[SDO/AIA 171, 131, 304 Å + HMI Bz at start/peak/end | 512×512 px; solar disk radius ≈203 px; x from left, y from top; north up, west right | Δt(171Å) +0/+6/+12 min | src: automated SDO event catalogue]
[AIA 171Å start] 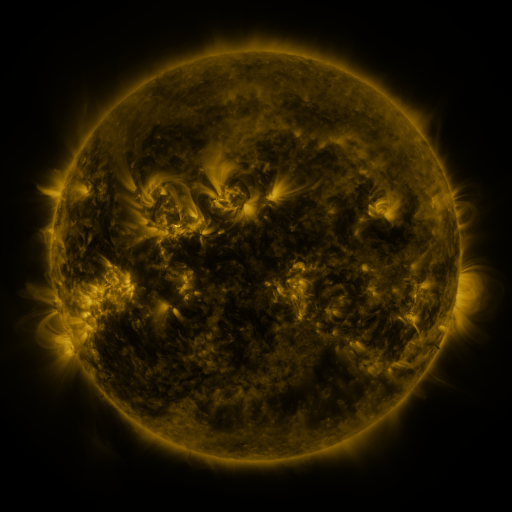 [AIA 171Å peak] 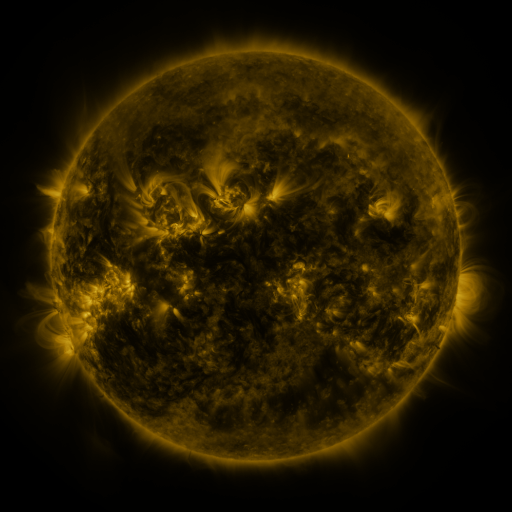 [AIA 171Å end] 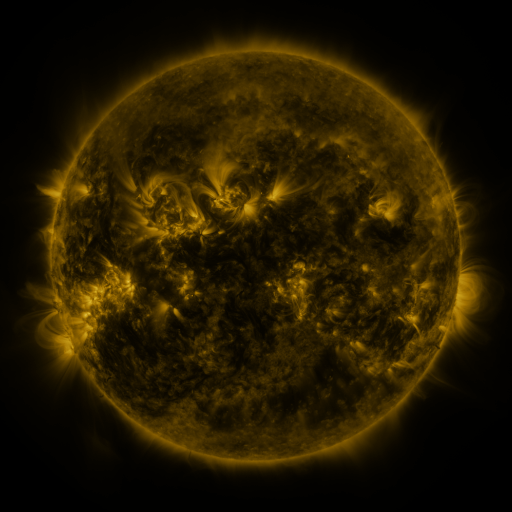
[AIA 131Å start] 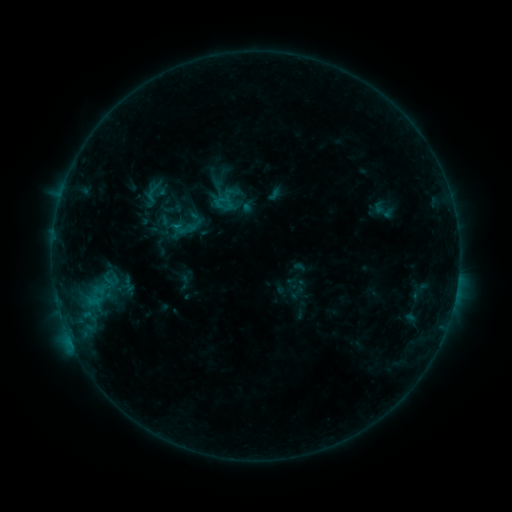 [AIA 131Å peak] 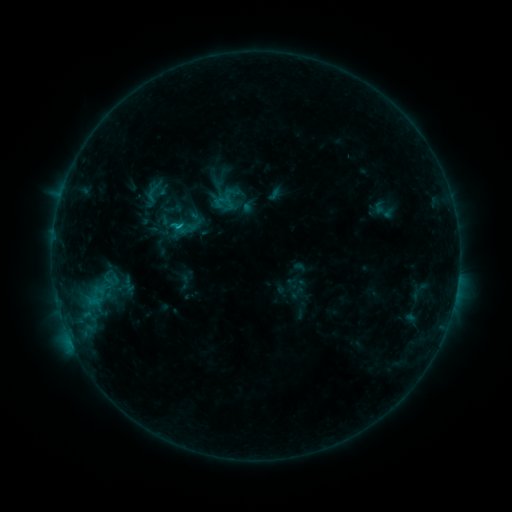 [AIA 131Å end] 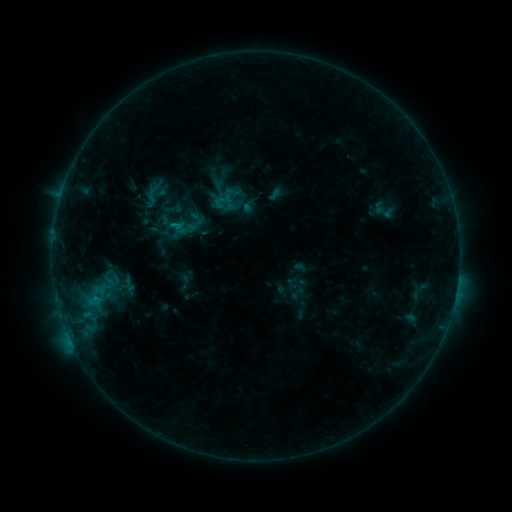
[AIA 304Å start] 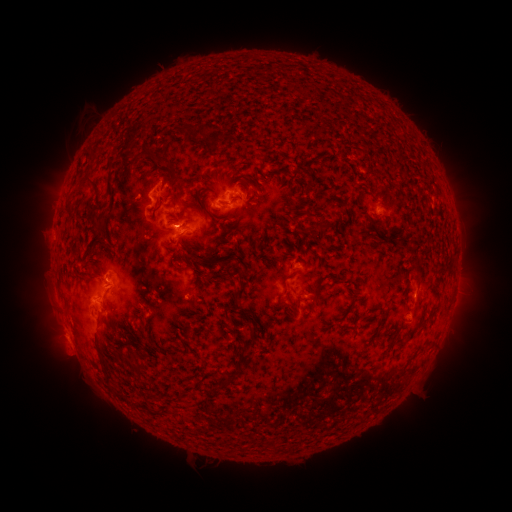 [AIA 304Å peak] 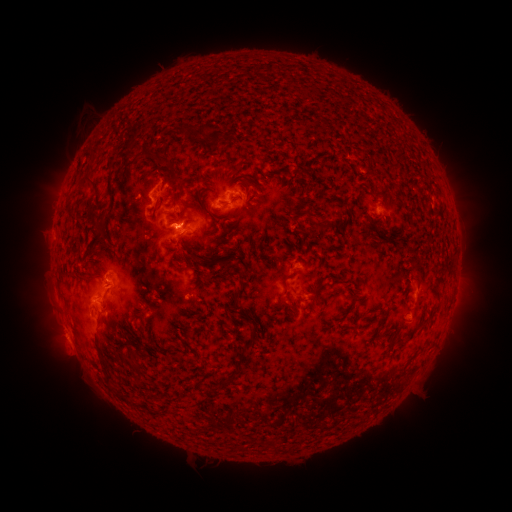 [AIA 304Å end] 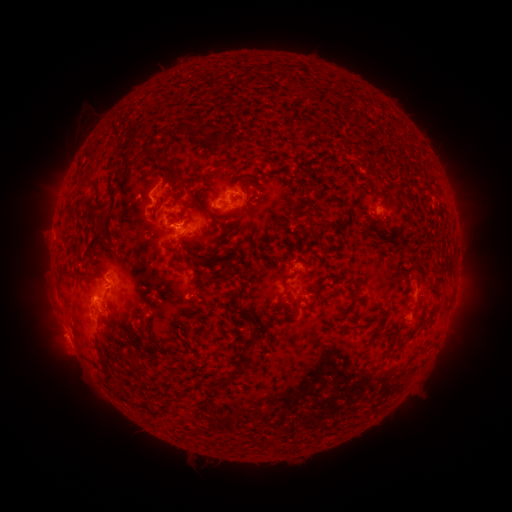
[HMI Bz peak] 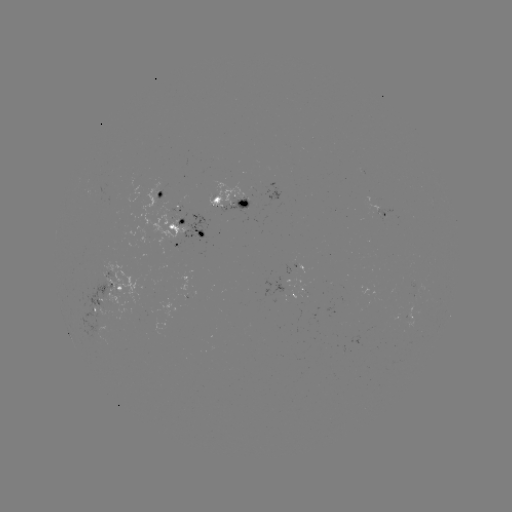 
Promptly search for B9.7 flare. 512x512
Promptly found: [179, 227].